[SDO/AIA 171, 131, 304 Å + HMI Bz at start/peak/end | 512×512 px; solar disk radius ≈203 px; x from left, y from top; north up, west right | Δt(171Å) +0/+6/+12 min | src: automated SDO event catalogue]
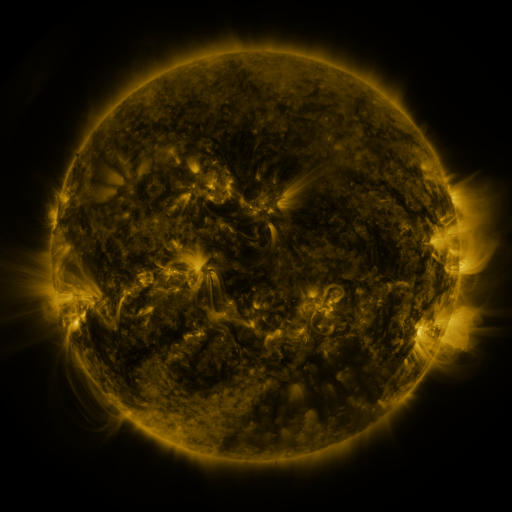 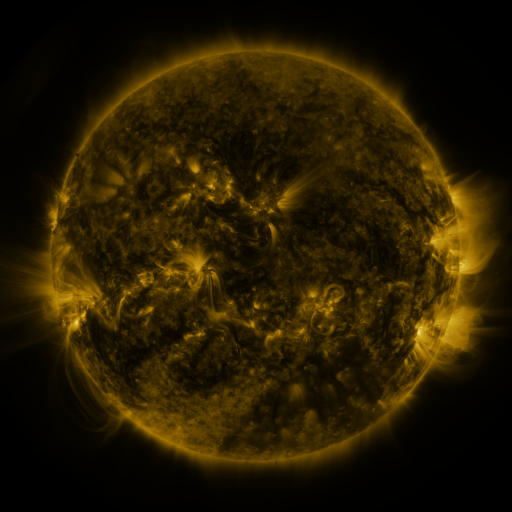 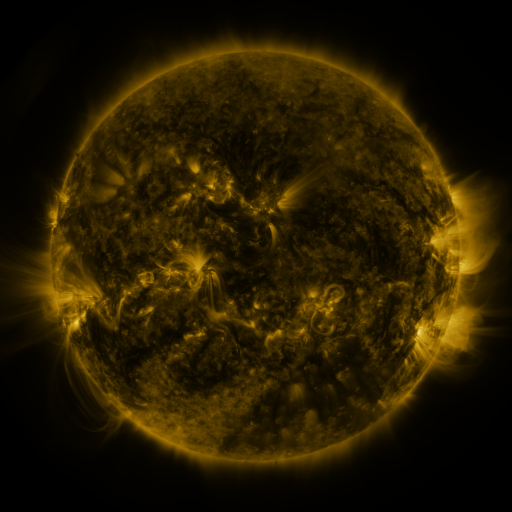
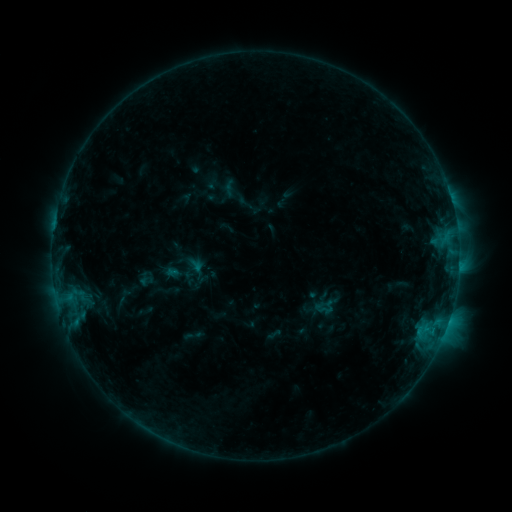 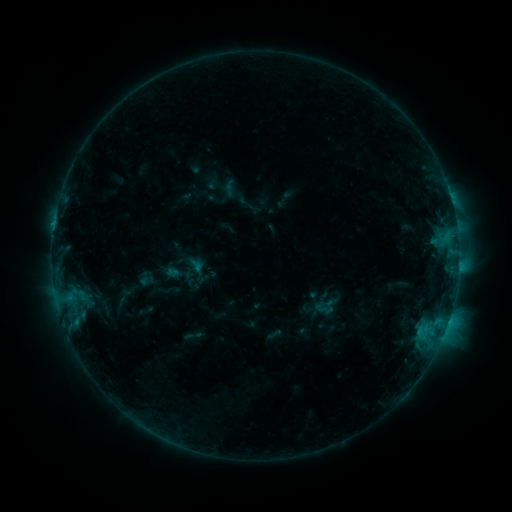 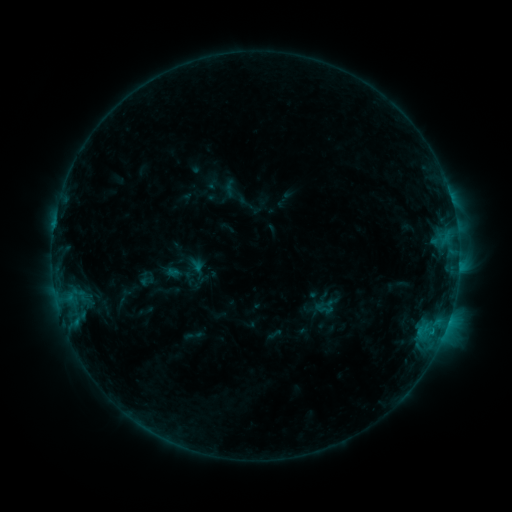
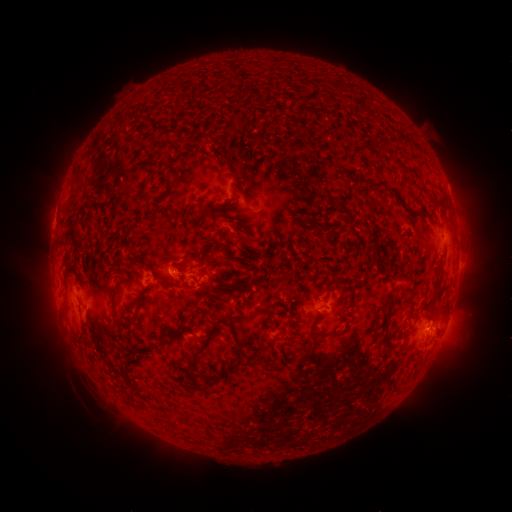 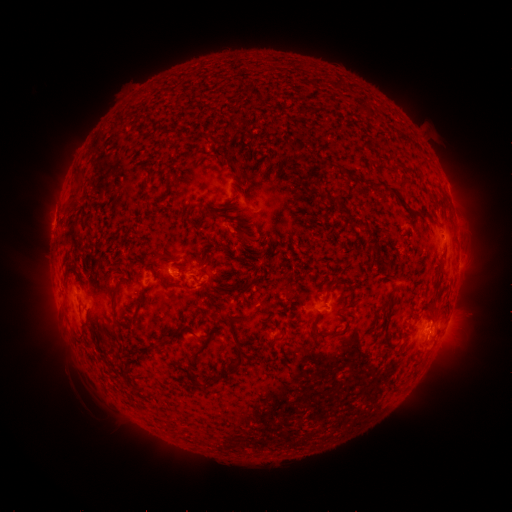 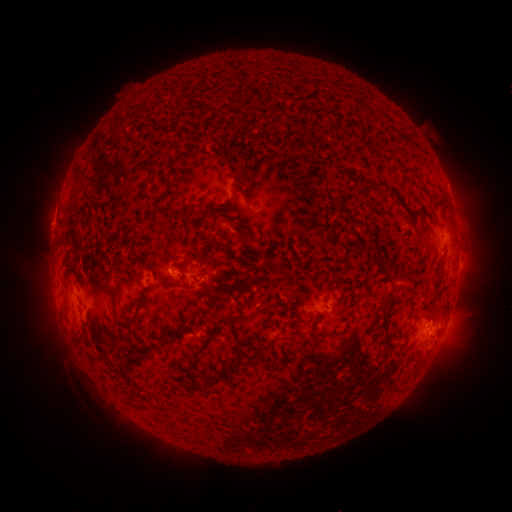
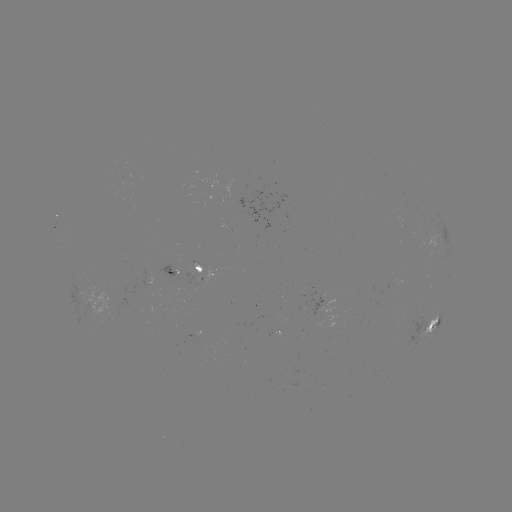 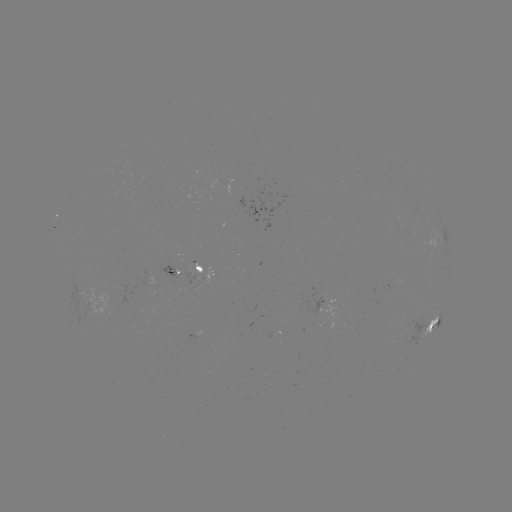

nothing was catalogued: no classed flare, no EUV trigger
